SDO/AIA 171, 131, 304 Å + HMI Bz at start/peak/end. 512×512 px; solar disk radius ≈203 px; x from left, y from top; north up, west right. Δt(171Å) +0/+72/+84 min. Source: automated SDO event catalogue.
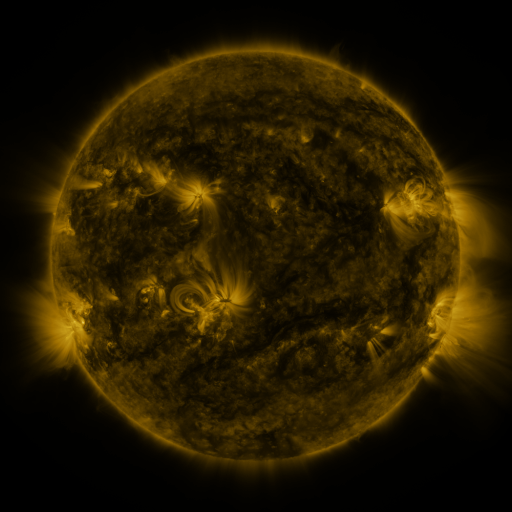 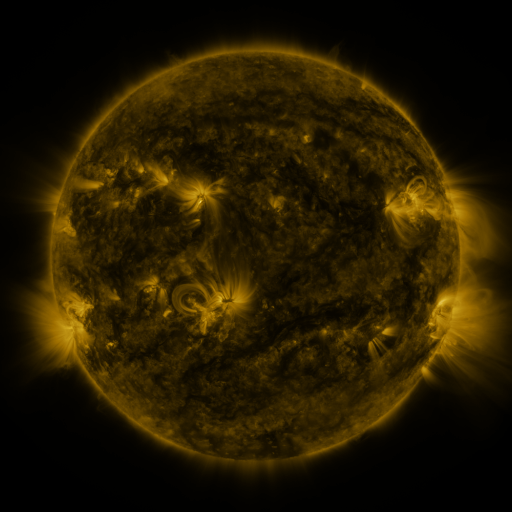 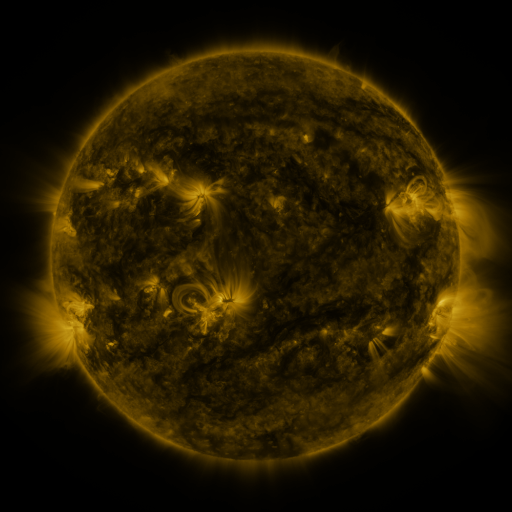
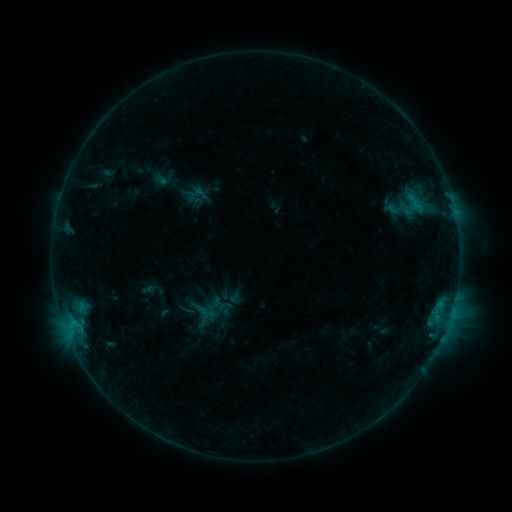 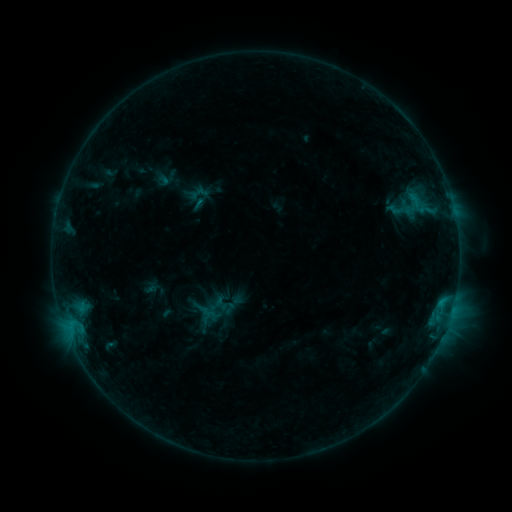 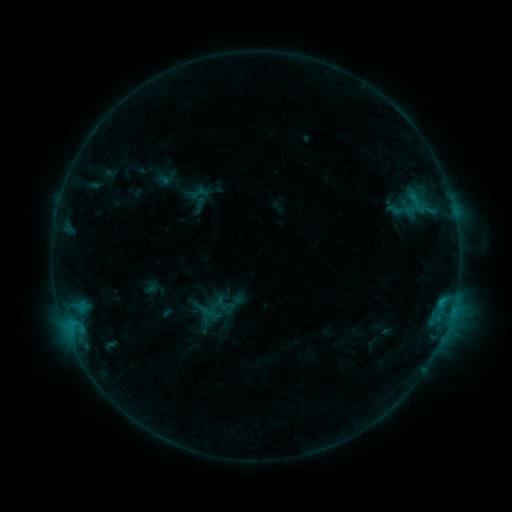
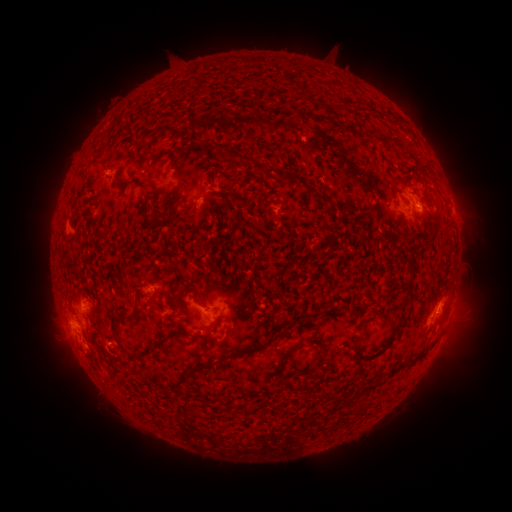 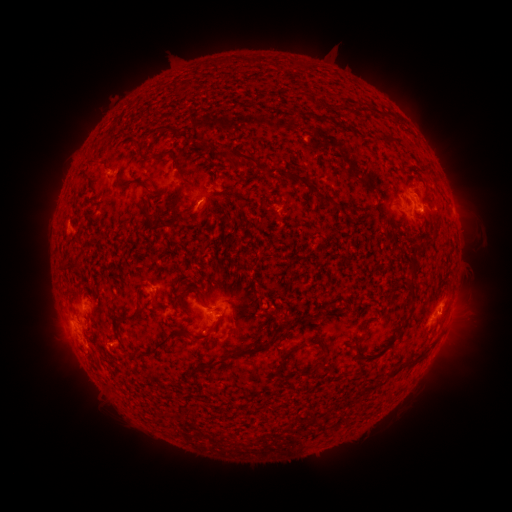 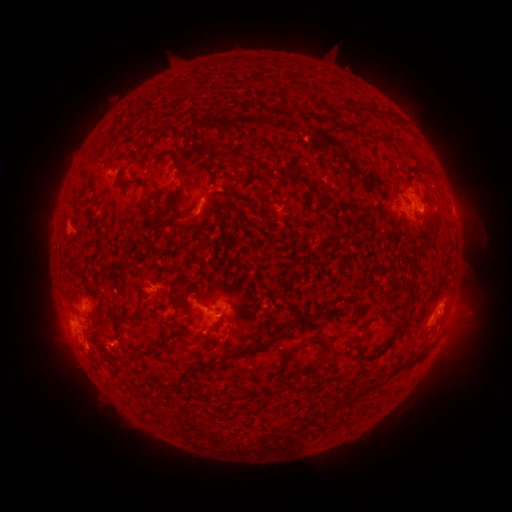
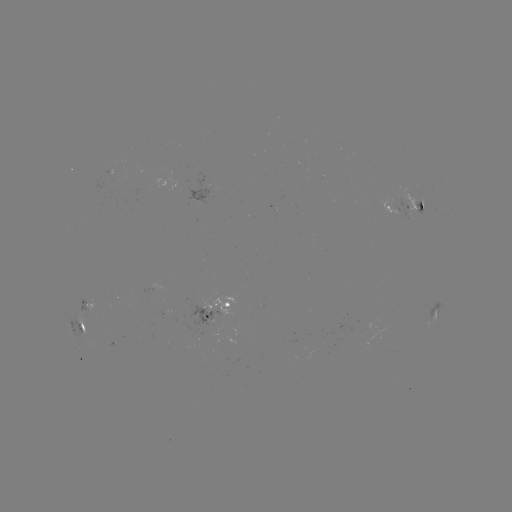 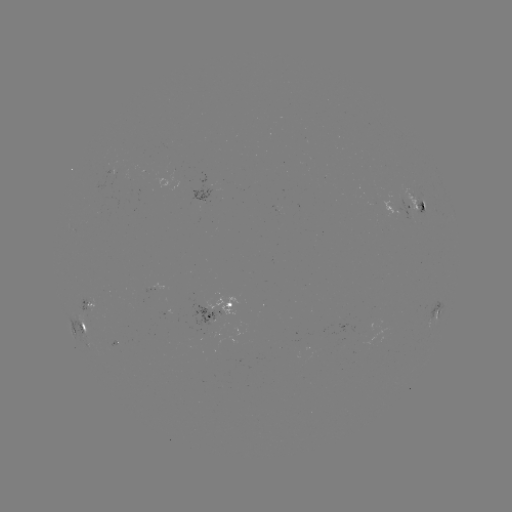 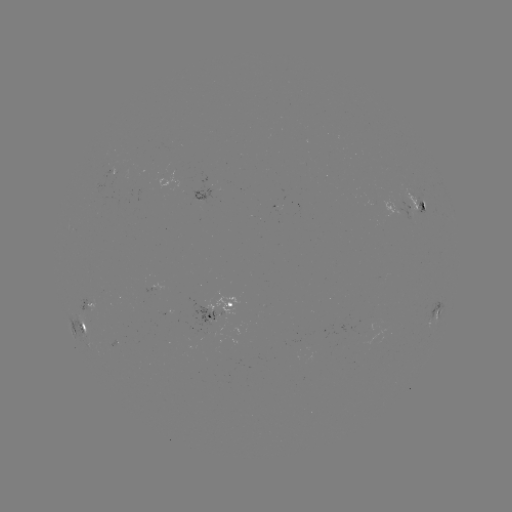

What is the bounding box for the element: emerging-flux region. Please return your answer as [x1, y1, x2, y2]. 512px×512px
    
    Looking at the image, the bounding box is [109, 340, 120, 346].